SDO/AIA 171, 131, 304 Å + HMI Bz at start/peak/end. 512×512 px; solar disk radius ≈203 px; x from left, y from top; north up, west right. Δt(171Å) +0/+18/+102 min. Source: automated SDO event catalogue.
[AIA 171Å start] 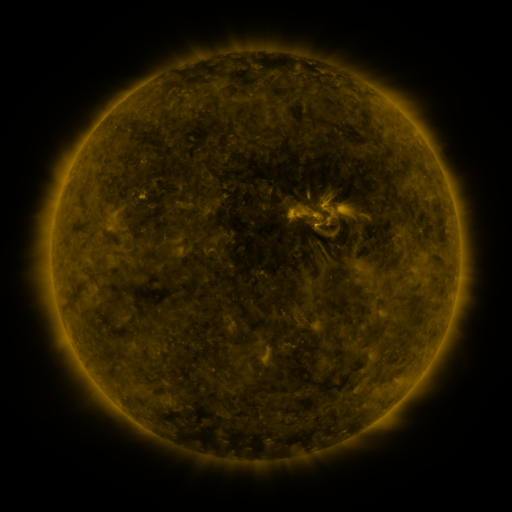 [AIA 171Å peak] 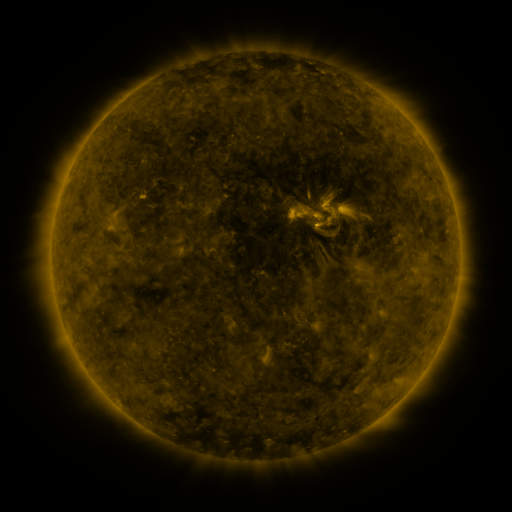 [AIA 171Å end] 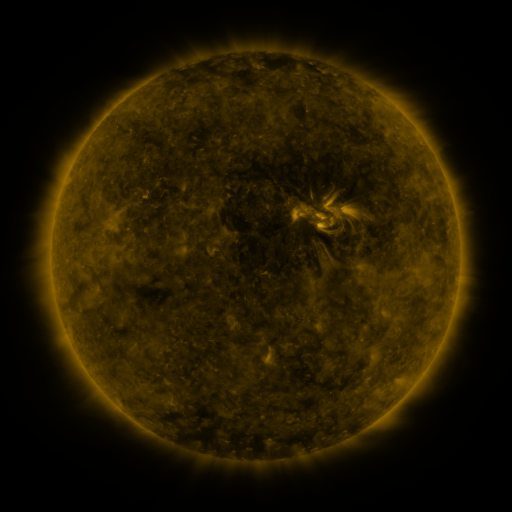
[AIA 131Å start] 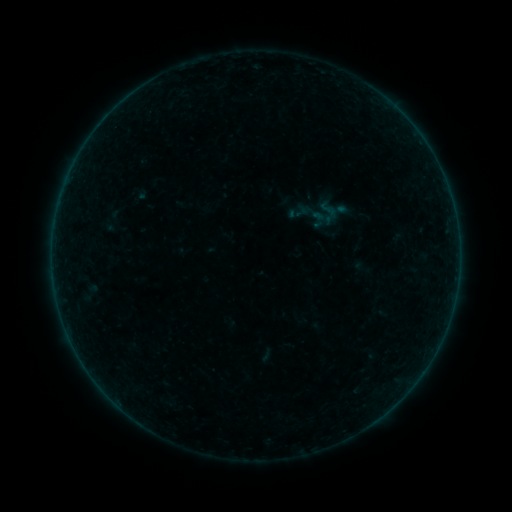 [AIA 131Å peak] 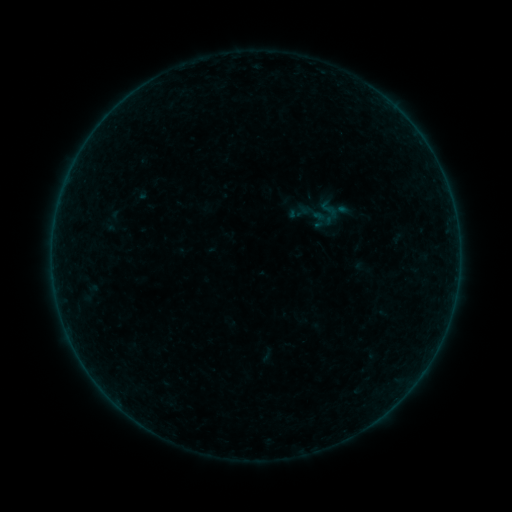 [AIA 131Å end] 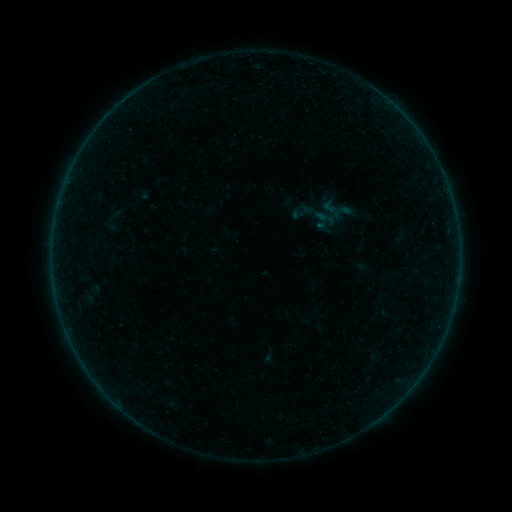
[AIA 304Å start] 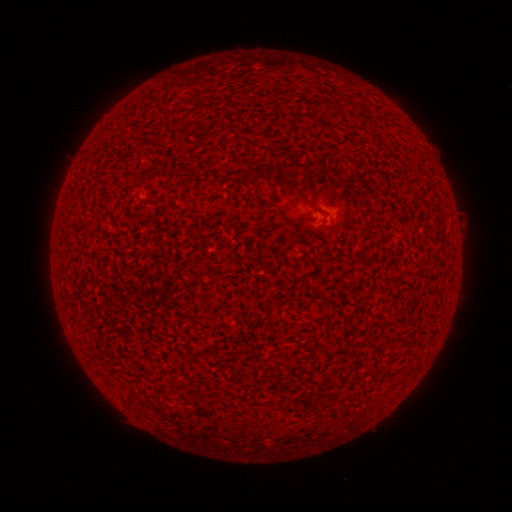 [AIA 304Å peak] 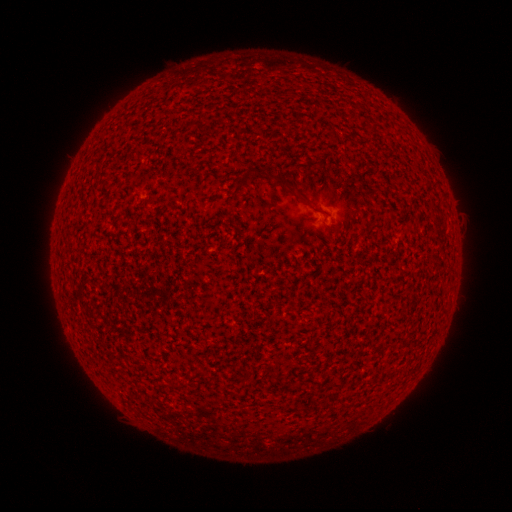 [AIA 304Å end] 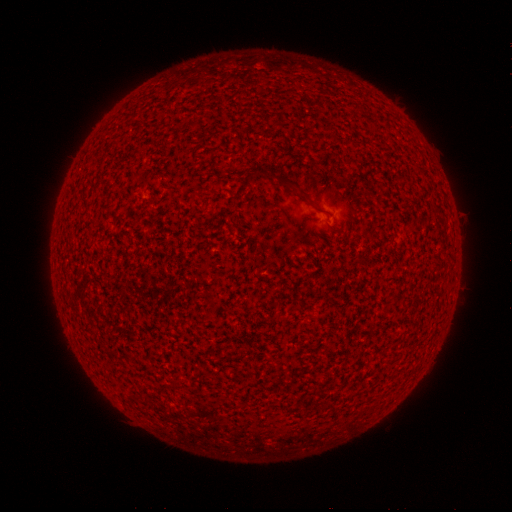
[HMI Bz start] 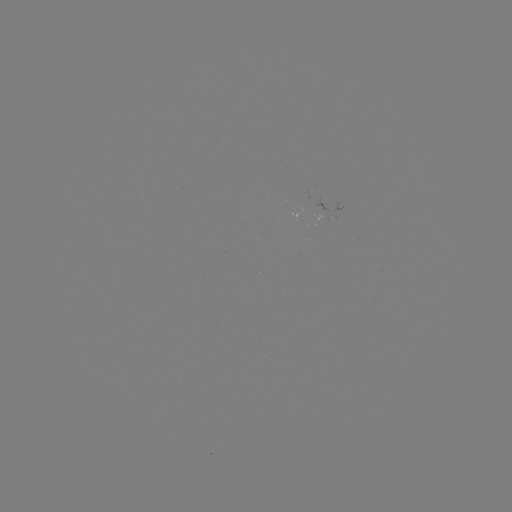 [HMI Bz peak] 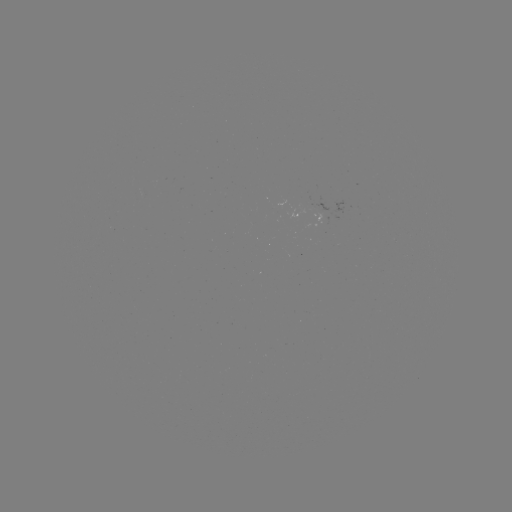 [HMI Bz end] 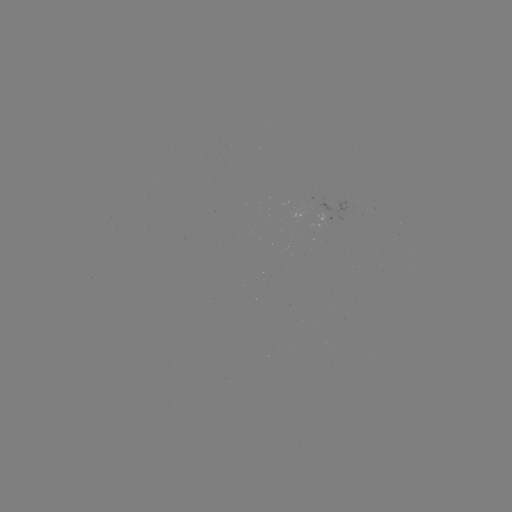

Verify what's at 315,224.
A1.3 flare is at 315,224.